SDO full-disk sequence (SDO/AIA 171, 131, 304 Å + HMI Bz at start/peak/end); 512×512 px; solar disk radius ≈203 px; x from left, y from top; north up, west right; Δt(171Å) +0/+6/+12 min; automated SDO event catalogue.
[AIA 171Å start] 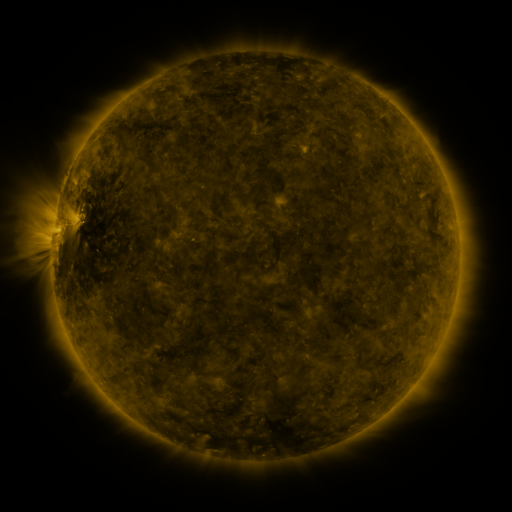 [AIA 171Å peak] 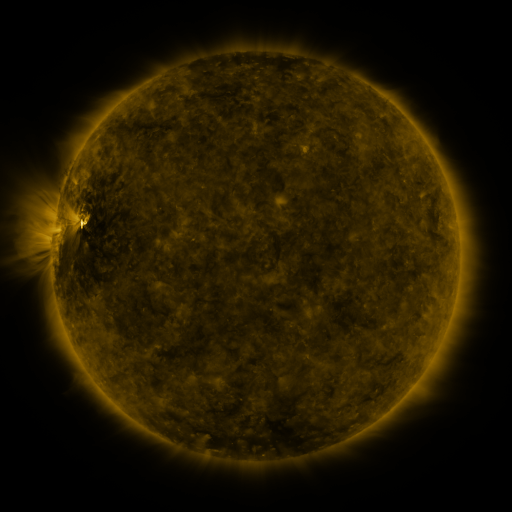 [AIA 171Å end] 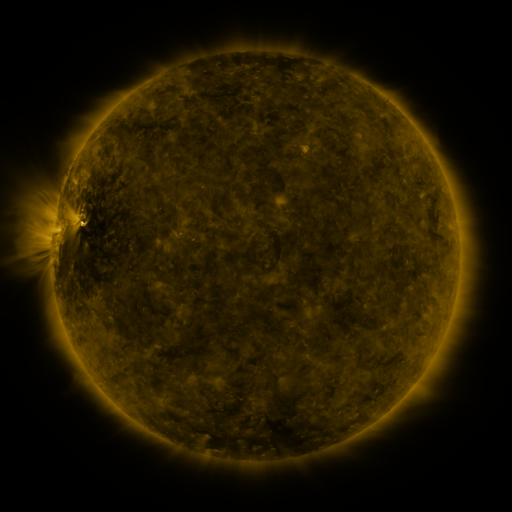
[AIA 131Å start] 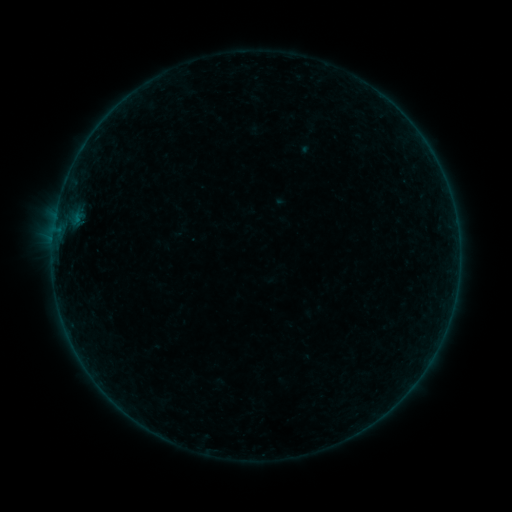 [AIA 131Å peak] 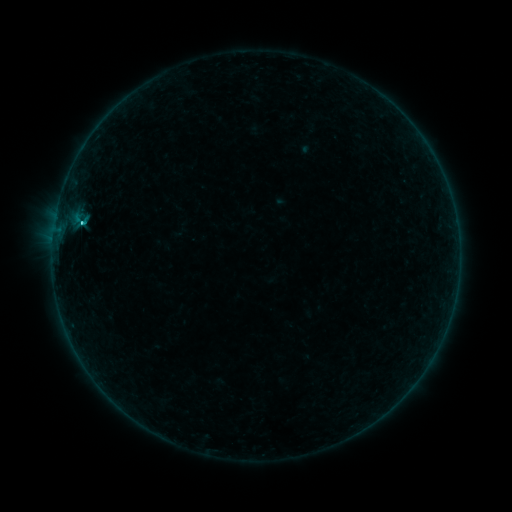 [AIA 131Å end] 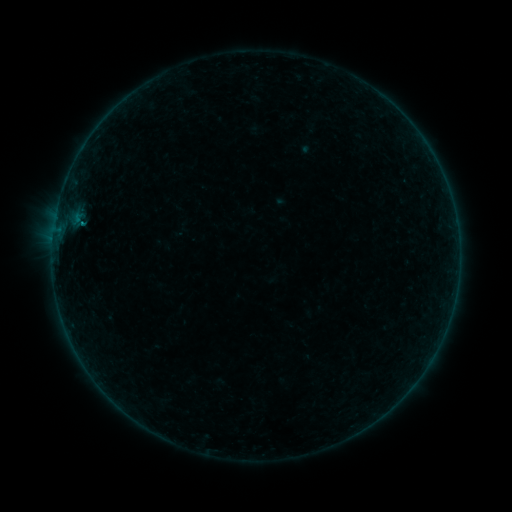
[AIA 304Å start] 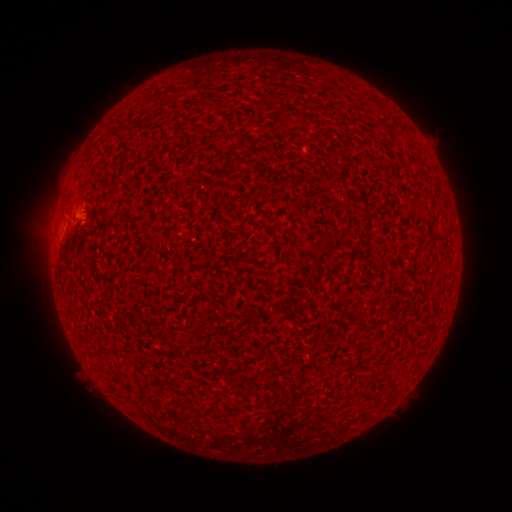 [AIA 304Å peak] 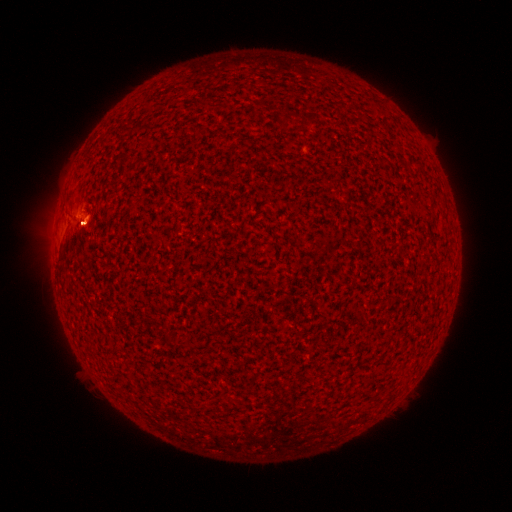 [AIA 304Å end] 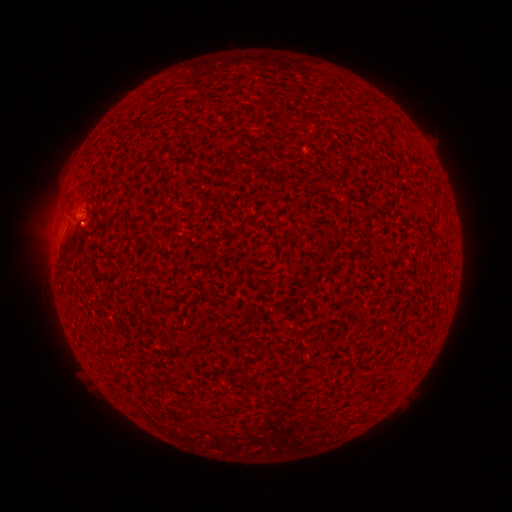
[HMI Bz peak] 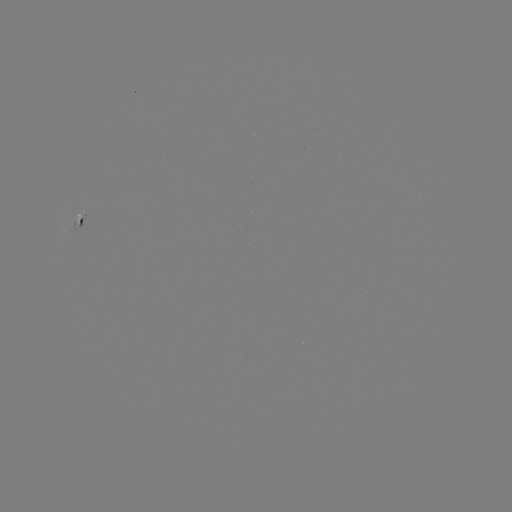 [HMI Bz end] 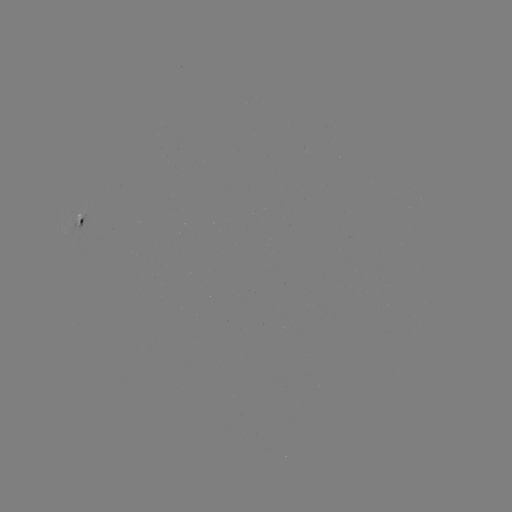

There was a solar flare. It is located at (82, 224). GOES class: B9.8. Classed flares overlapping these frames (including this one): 1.